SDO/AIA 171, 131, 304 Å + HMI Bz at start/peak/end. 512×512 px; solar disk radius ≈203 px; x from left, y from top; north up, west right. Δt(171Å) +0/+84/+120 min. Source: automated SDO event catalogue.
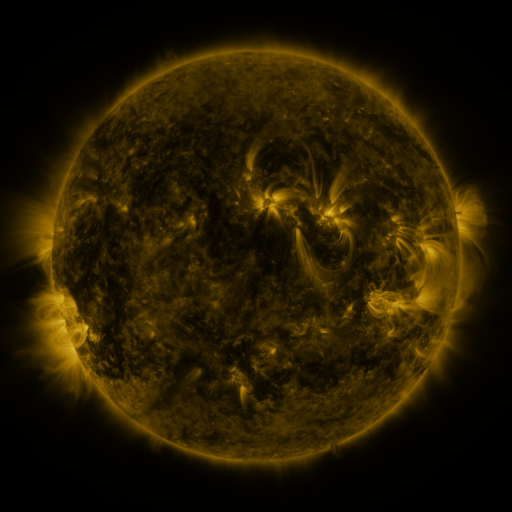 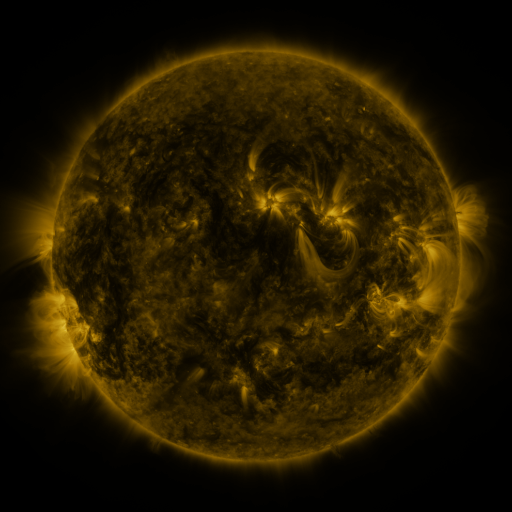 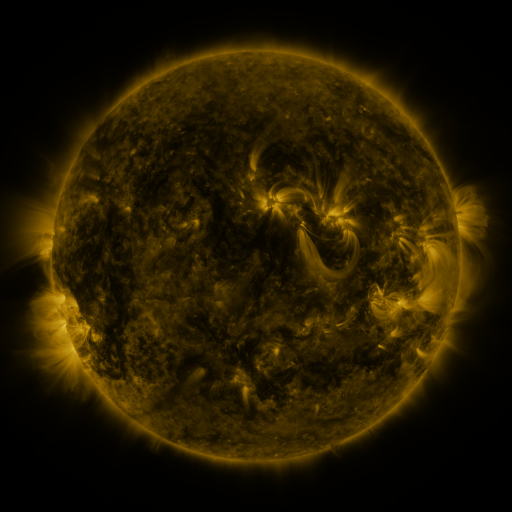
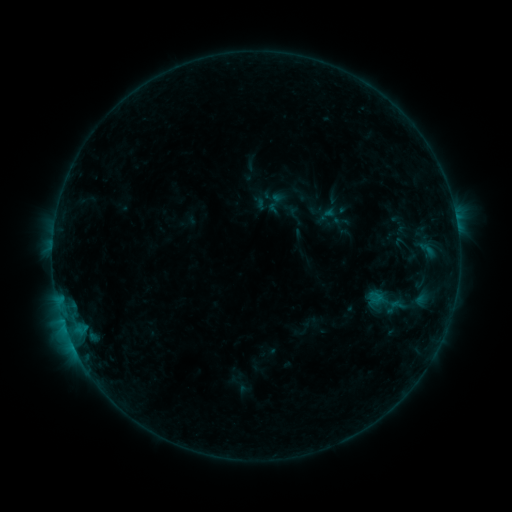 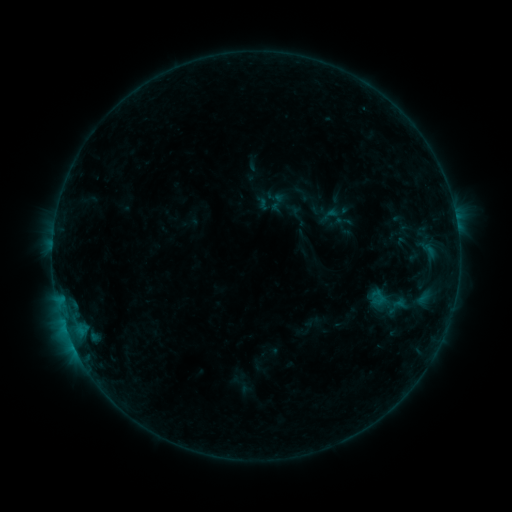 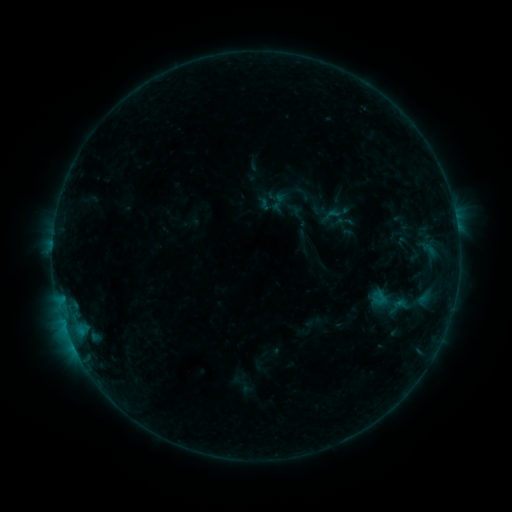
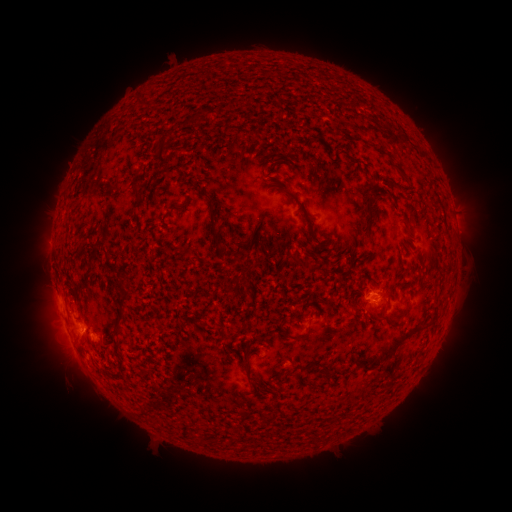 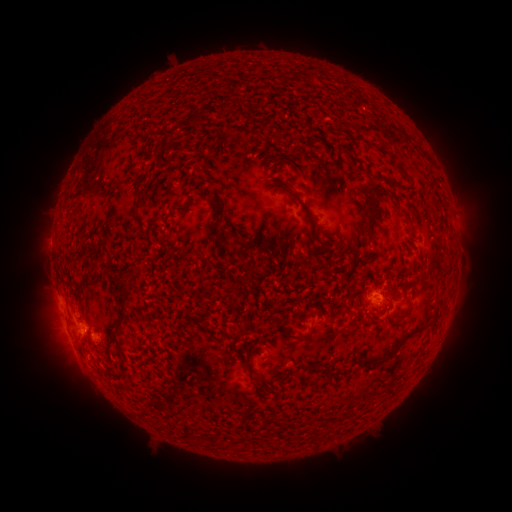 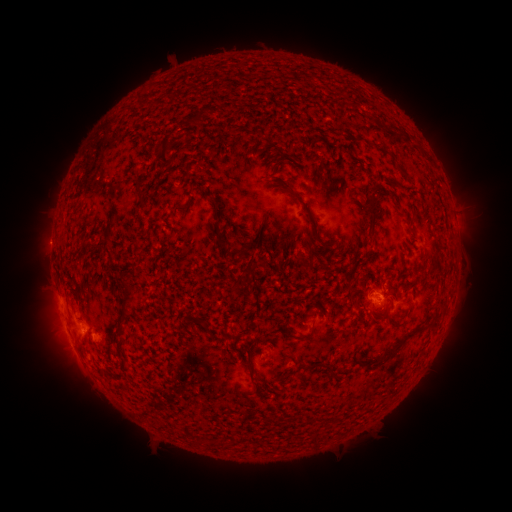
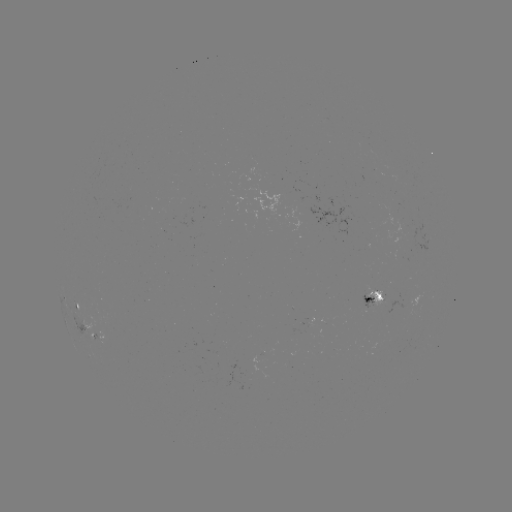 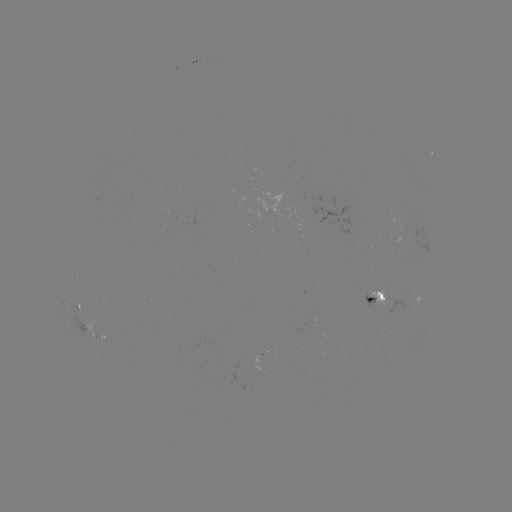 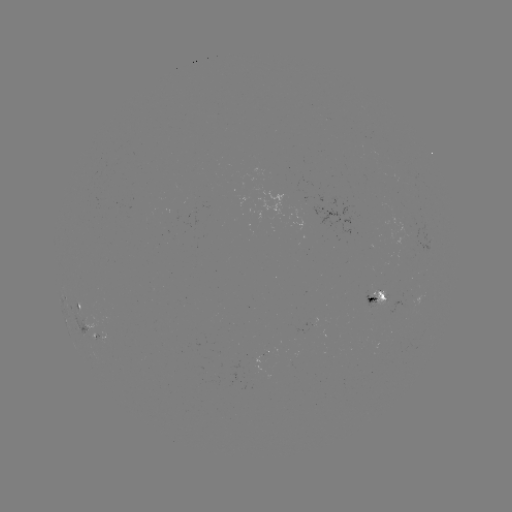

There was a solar emerging-flux region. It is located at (399, 261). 